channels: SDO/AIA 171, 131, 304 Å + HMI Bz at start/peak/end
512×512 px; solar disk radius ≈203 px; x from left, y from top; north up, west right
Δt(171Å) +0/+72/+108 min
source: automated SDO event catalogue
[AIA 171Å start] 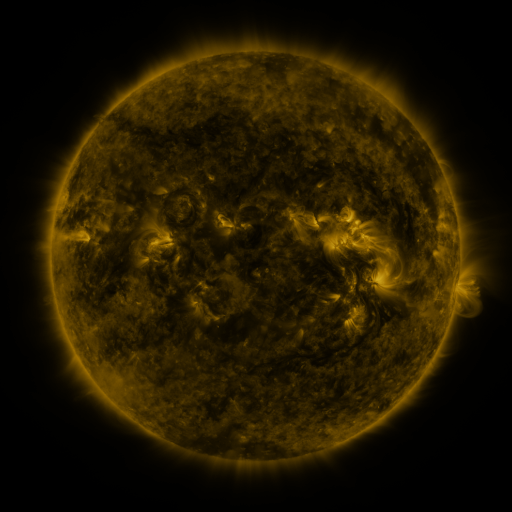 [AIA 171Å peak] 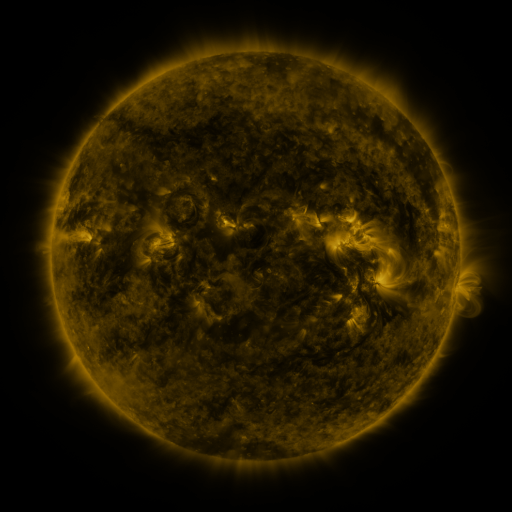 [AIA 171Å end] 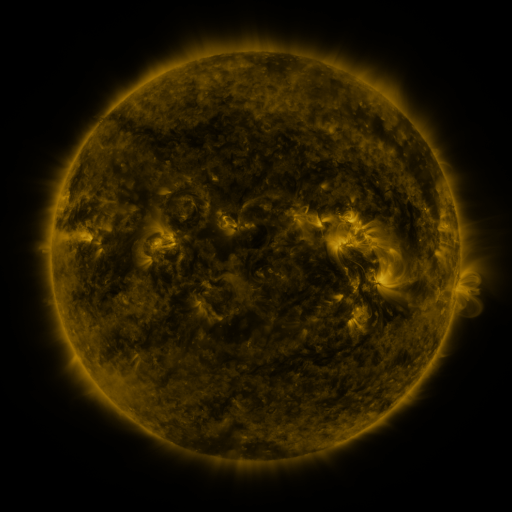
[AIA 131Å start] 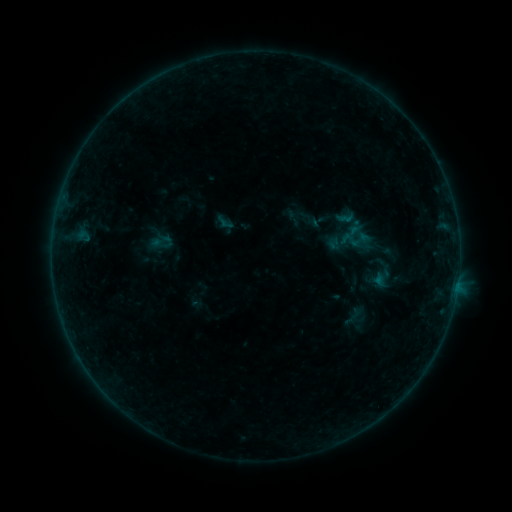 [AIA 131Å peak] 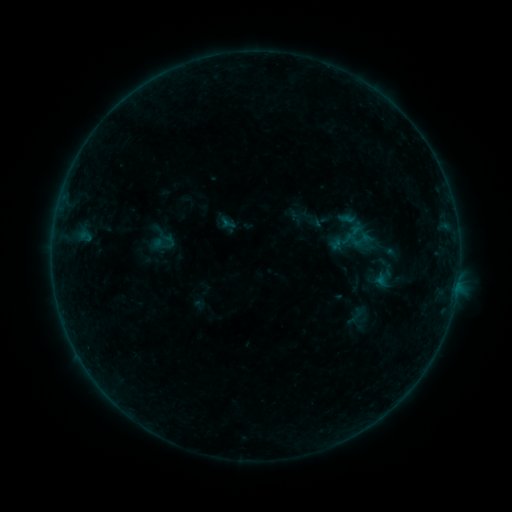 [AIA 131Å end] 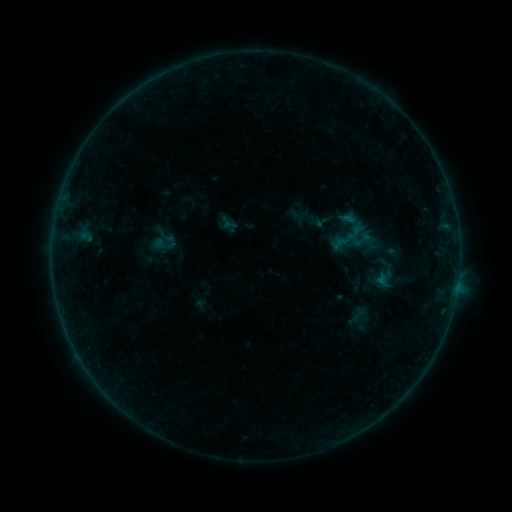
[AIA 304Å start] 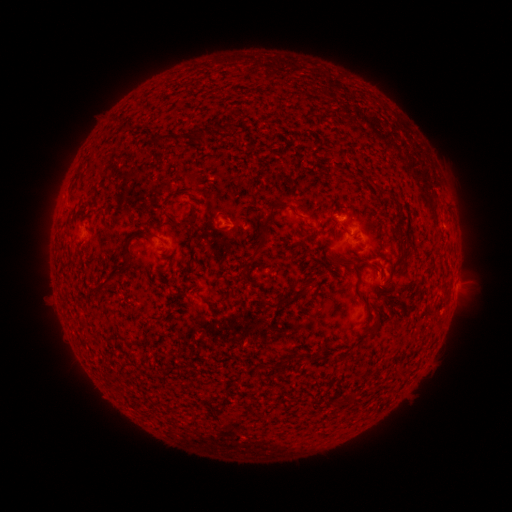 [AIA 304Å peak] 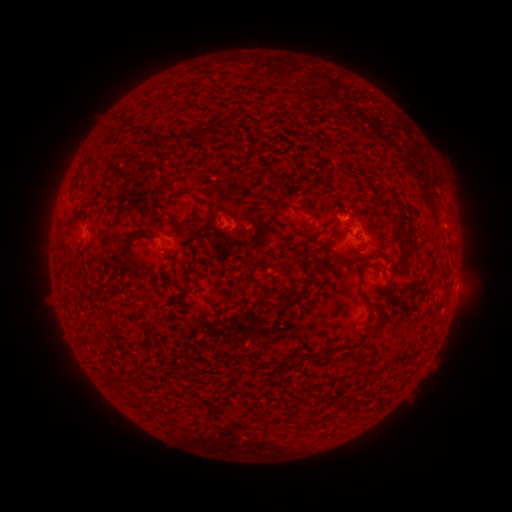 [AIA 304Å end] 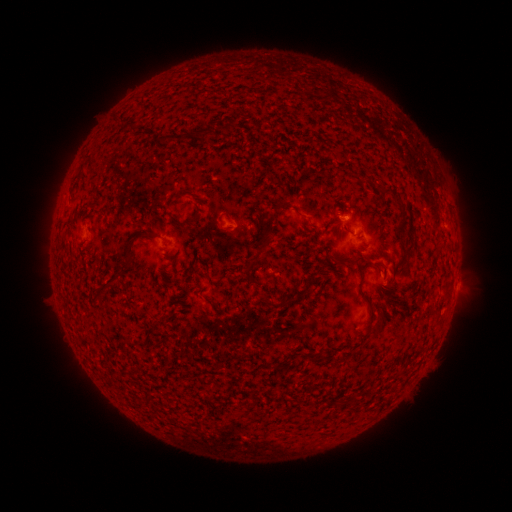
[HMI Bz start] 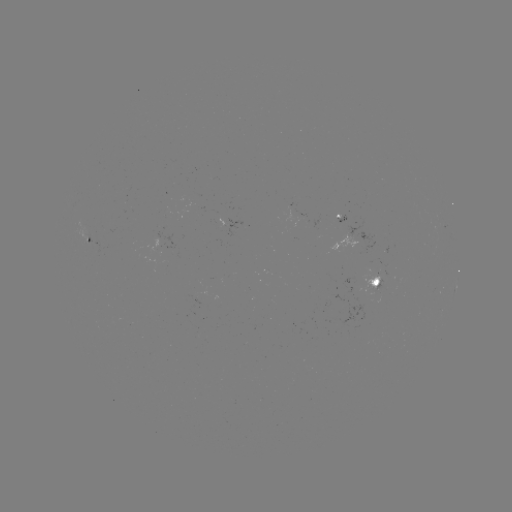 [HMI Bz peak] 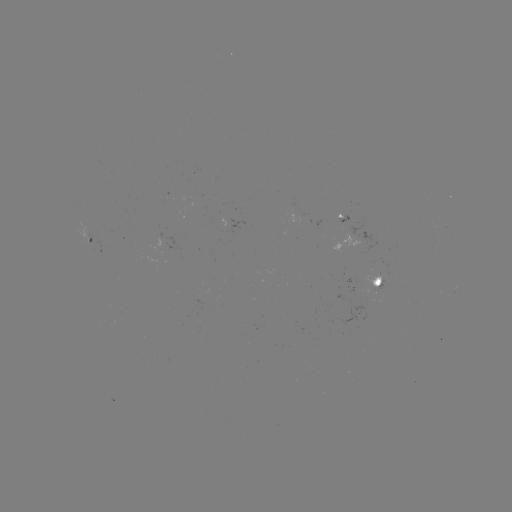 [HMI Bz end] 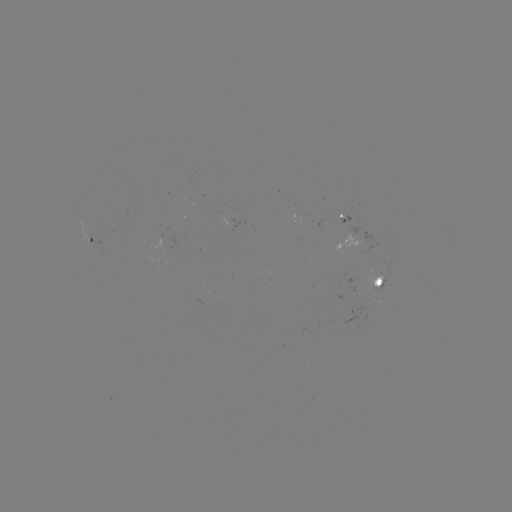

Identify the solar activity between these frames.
emerging-flux region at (89, 236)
